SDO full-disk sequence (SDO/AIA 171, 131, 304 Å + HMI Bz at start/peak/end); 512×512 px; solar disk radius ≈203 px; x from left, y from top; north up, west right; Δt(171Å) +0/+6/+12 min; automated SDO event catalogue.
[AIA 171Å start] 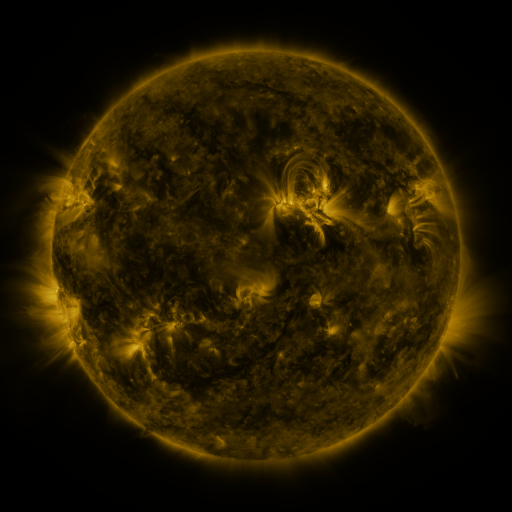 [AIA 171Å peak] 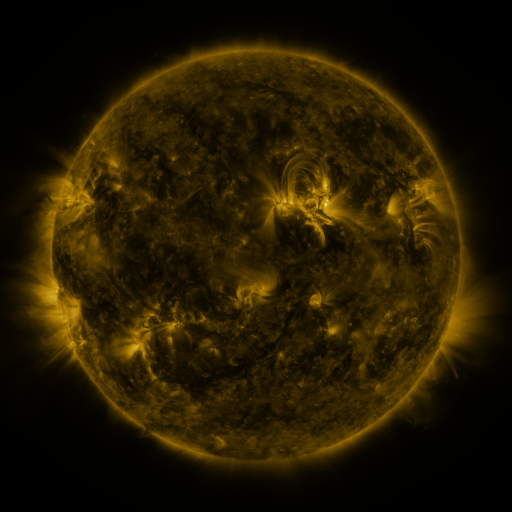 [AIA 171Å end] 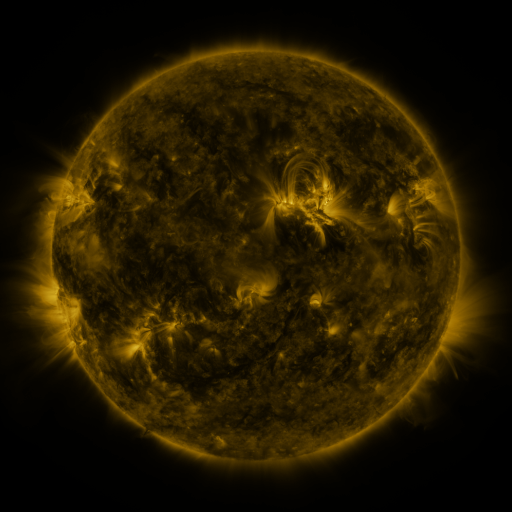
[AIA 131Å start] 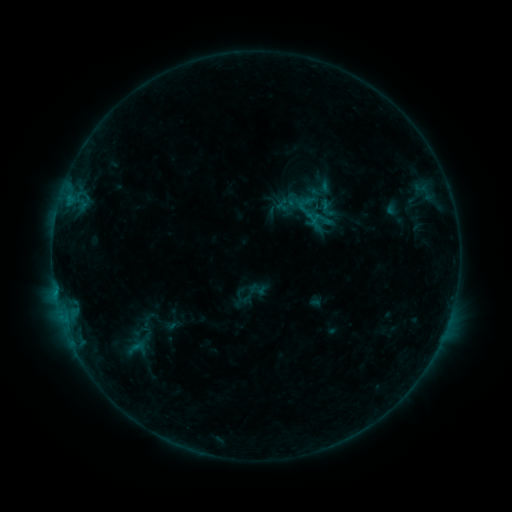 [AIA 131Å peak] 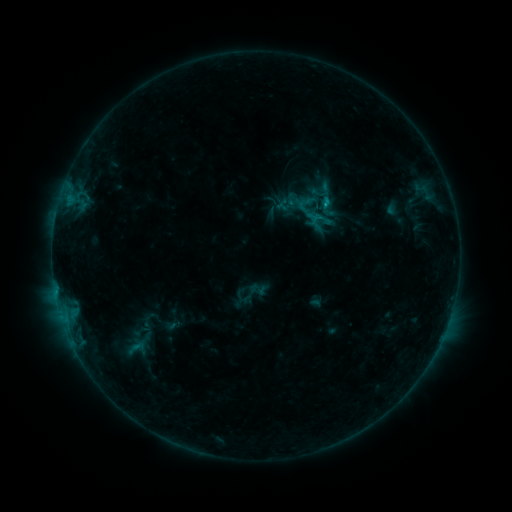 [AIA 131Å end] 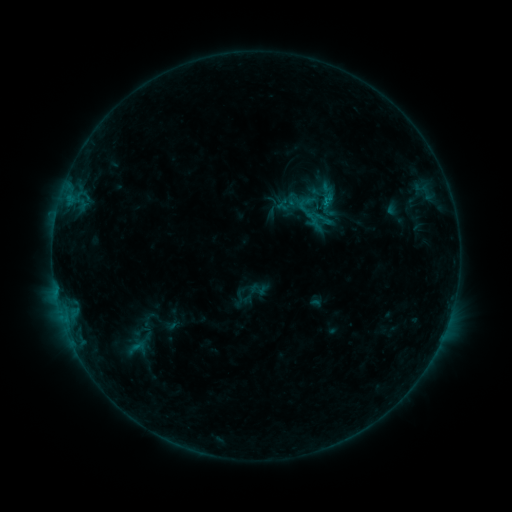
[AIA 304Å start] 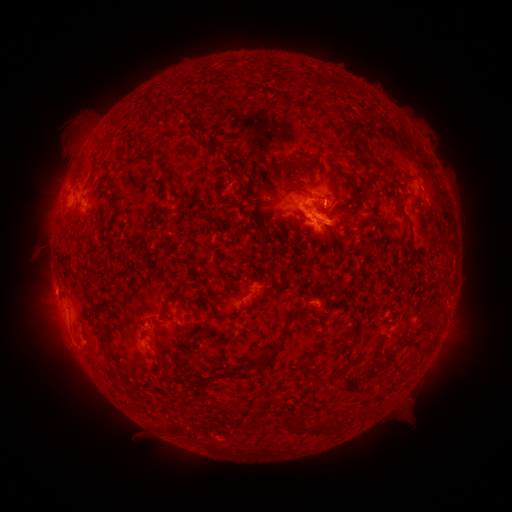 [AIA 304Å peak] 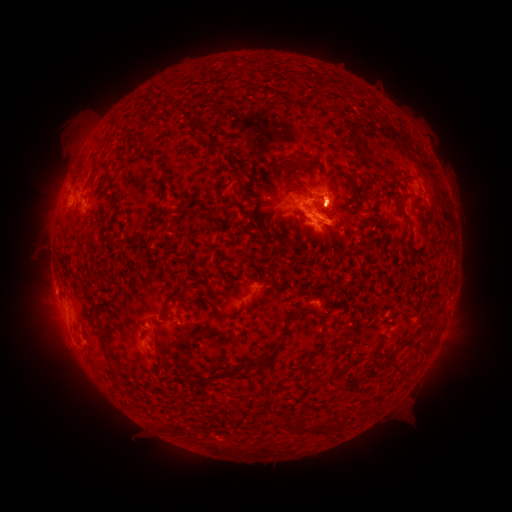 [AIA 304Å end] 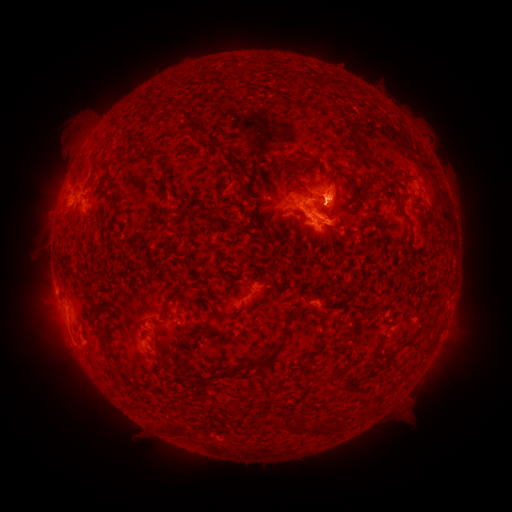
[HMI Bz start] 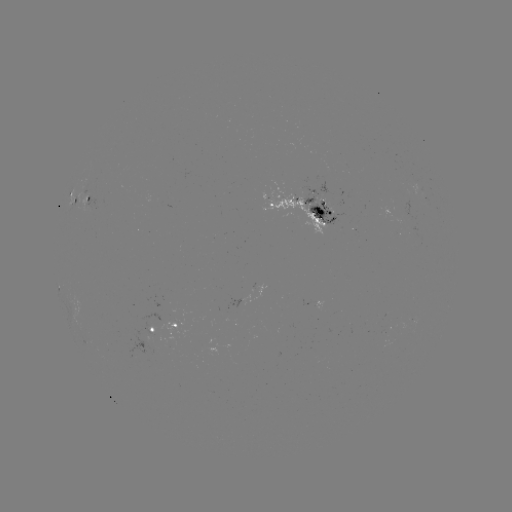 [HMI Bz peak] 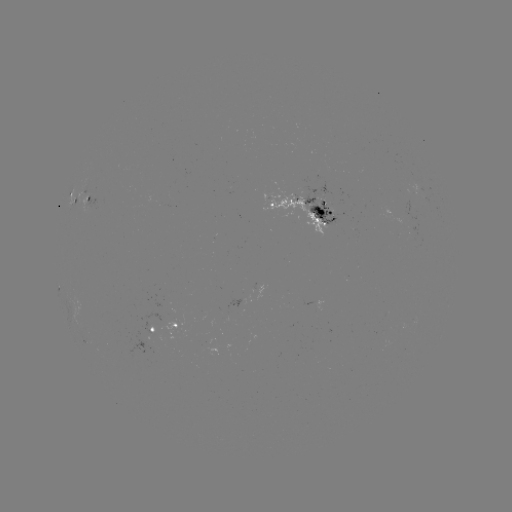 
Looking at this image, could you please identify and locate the eruption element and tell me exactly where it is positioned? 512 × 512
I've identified eruption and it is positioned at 339,192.